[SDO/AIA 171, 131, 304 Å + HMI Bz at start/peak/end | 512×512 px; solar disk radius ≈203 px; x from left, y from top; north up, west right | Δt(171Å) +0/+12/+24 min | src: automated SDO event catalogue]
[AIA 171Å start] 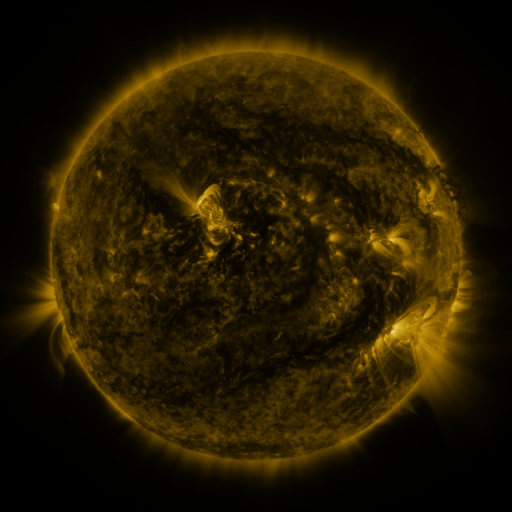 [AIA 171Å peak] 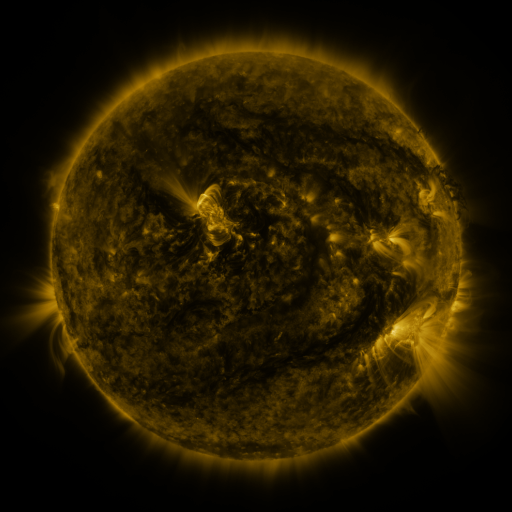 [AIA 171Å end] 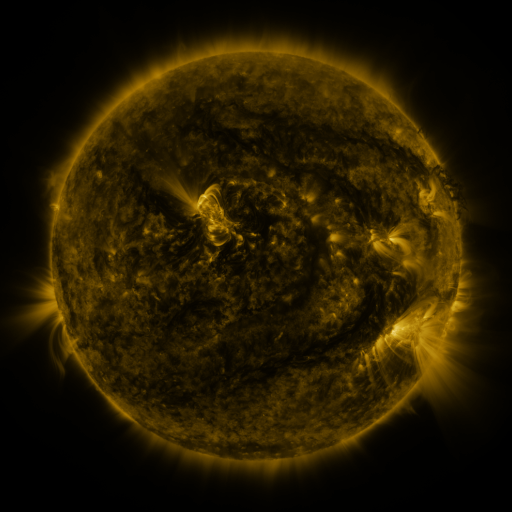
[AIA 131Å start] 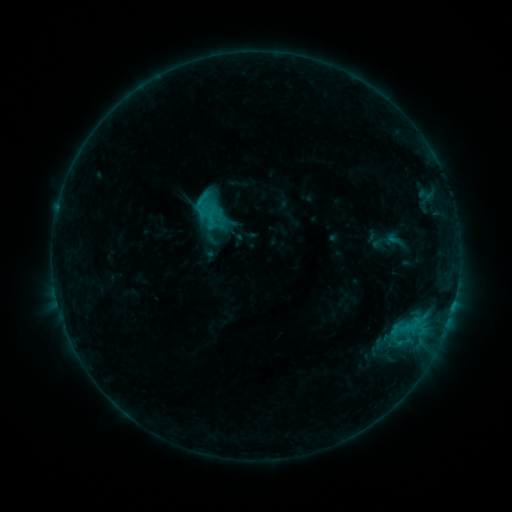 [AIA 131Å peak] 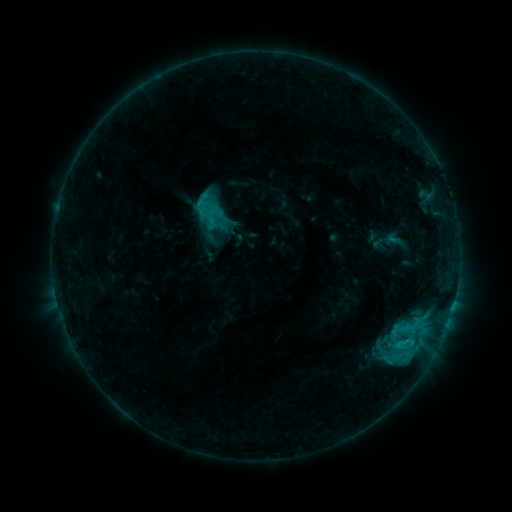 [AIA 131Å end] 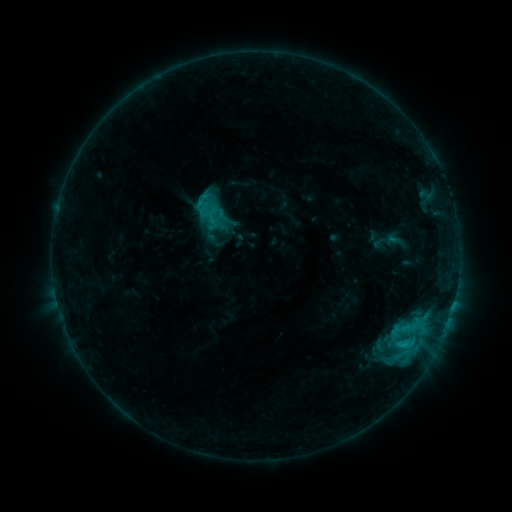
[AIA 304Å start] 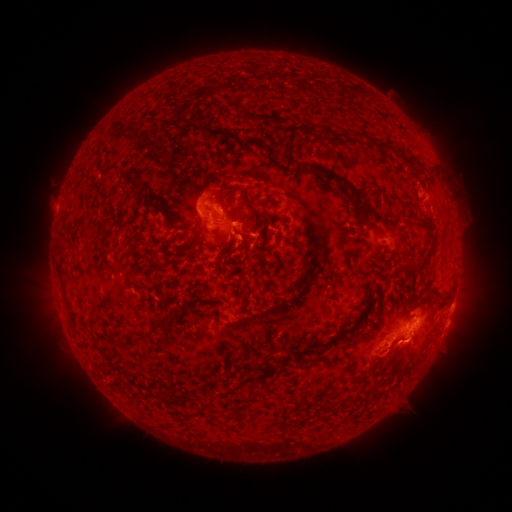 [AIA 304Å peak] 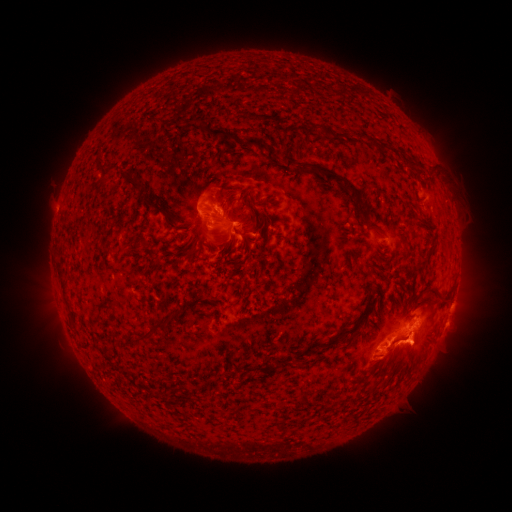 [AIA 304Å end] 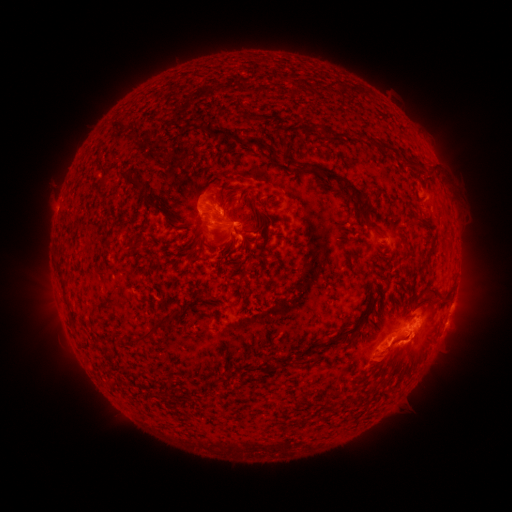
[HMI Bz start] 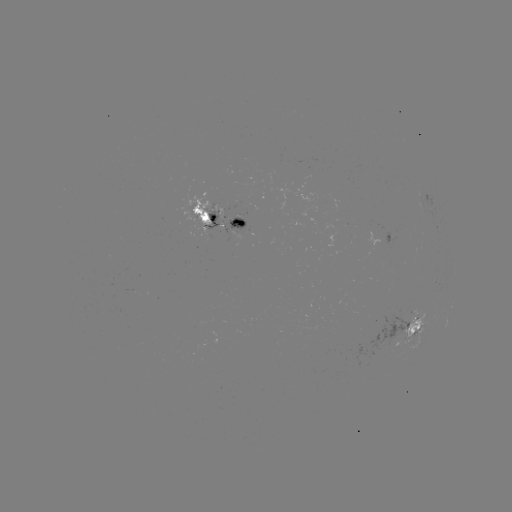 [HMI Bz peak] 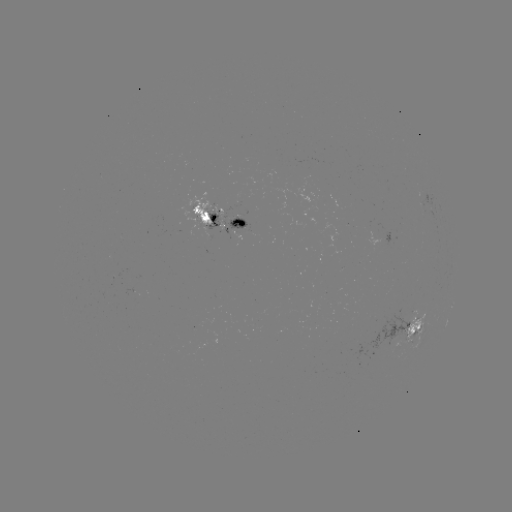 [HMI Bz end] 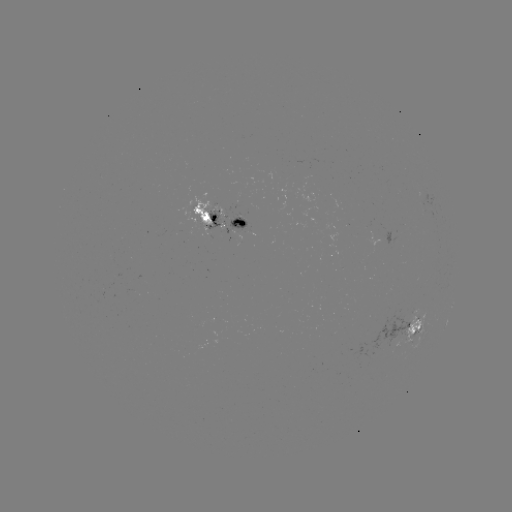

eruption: (367, 325, 441, 378)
